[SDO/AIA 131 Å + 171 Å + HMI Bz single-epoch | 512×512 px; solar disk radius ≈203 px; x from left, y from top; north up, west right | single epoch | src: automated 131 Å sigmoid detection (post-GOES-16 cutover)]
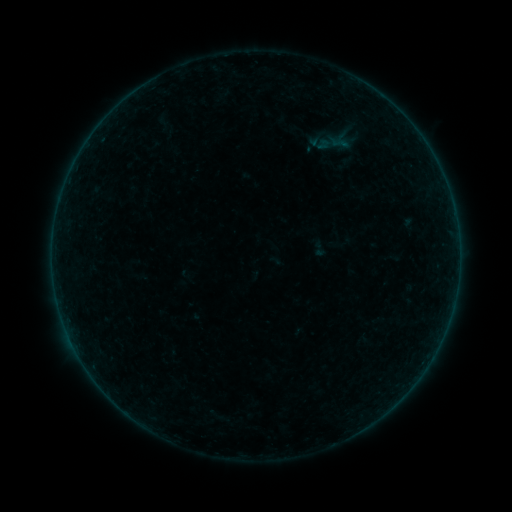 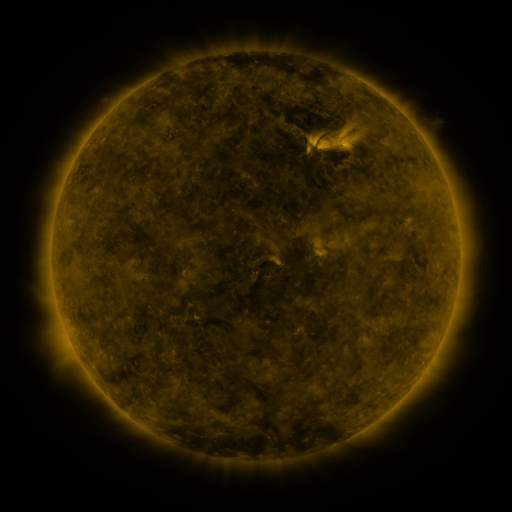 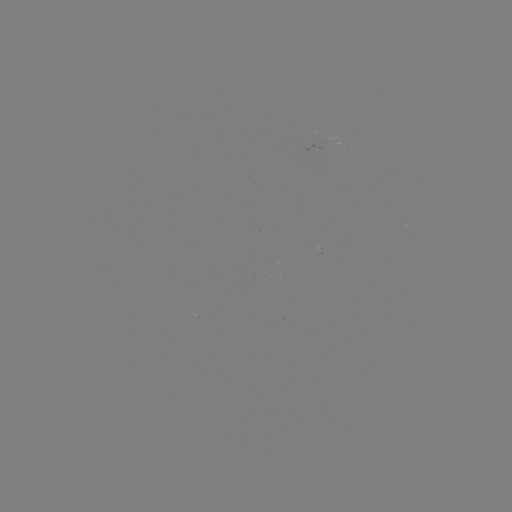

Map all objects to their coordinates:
sigmoid: (340, 143)
sigmoid: (319, 249)
